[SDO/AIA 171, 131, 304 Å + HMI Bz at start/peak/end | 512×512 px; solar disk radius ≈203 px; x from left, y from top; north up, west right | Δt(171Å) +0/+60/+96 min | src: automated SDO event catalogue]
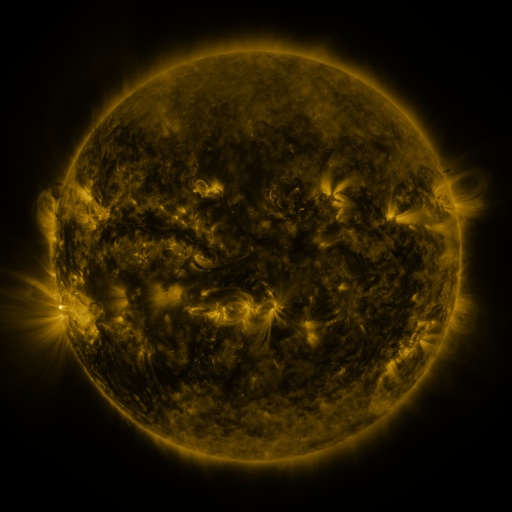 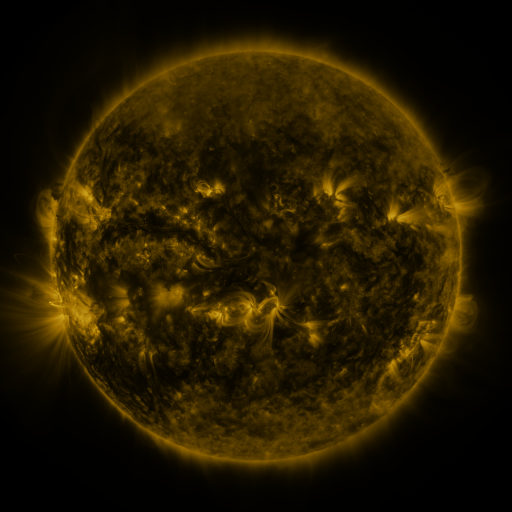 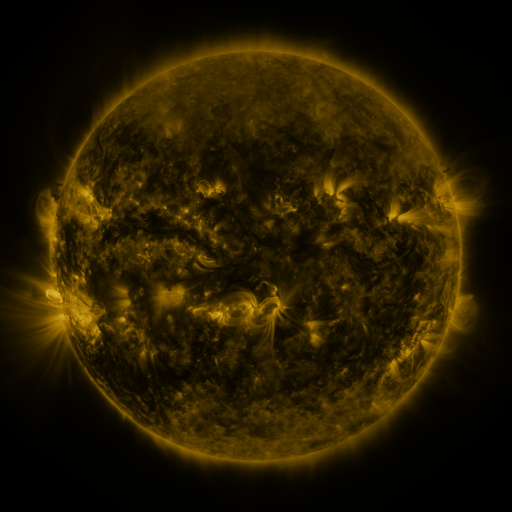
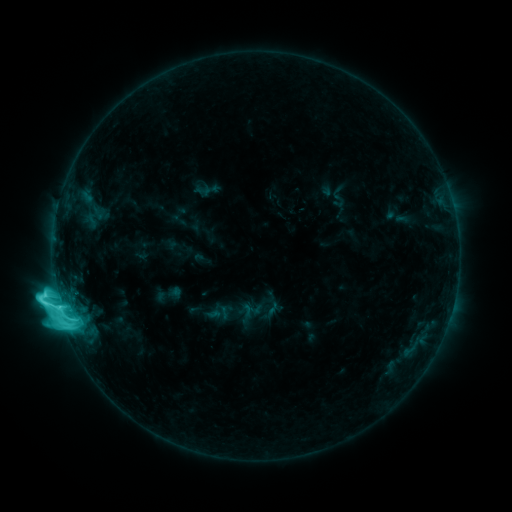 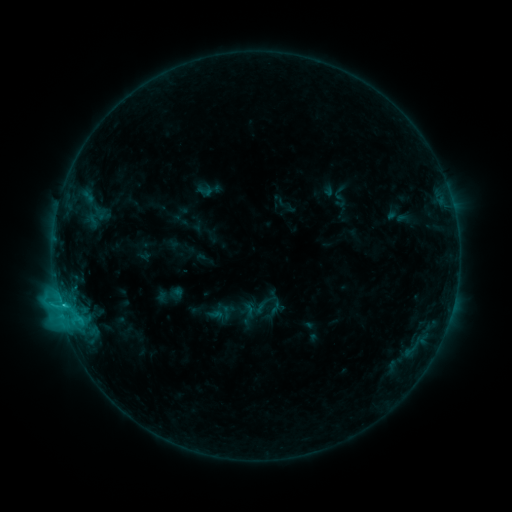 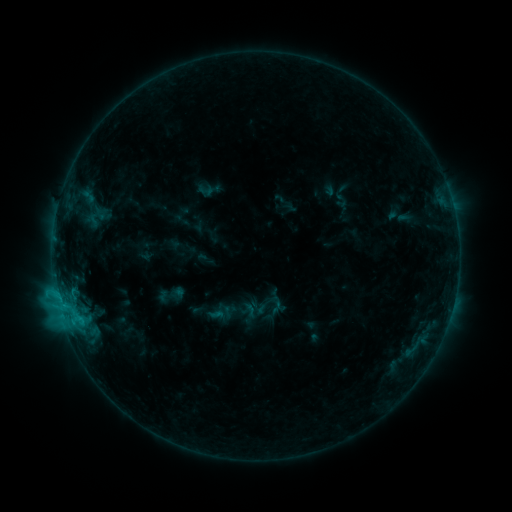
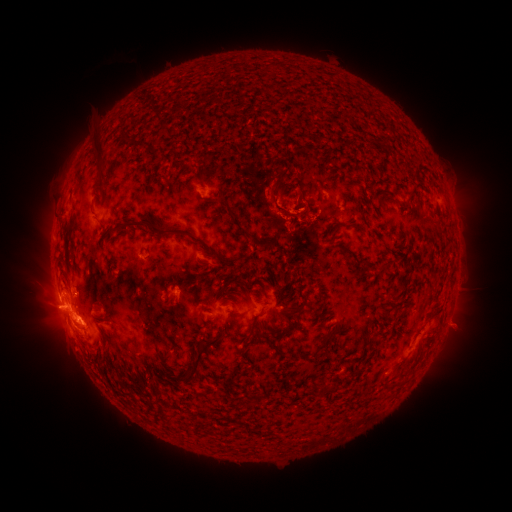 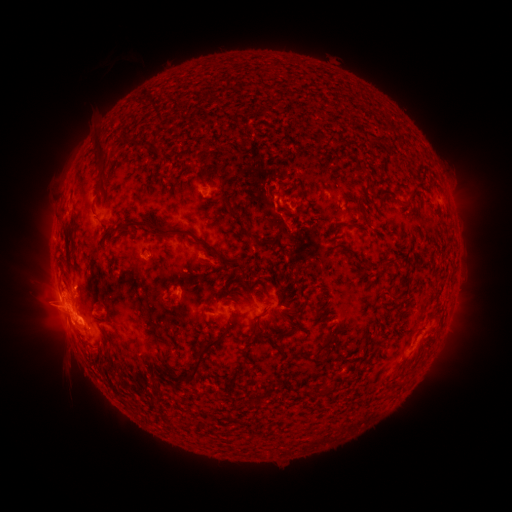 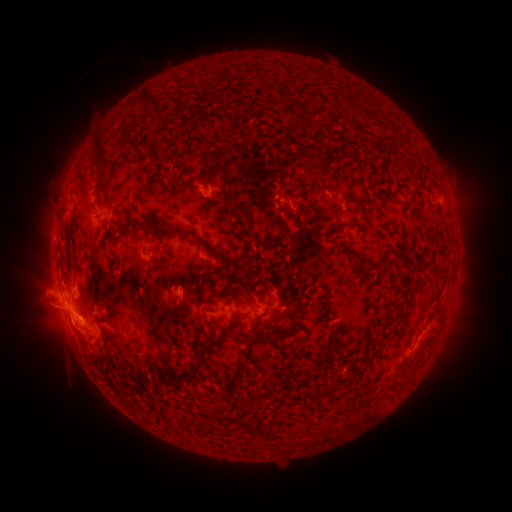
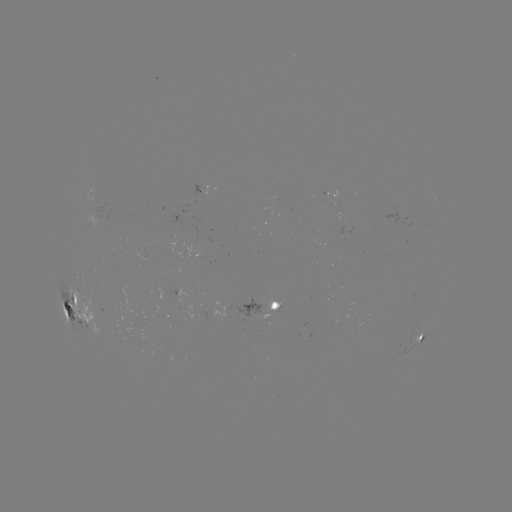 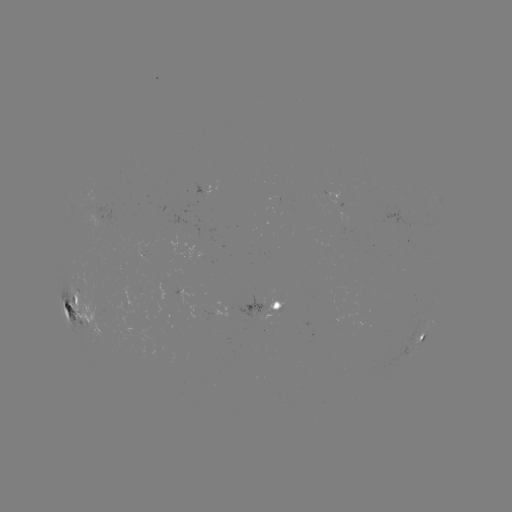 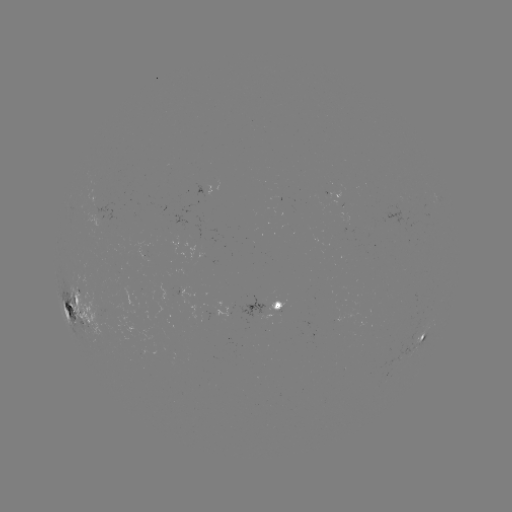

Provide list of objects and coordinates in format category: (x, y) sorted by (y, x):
emerging-flux region: (250, 233)
